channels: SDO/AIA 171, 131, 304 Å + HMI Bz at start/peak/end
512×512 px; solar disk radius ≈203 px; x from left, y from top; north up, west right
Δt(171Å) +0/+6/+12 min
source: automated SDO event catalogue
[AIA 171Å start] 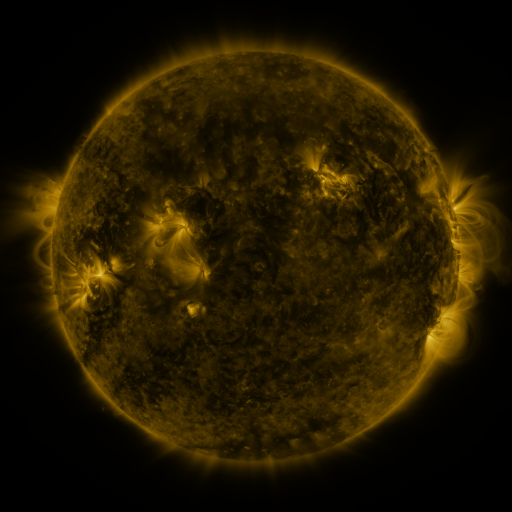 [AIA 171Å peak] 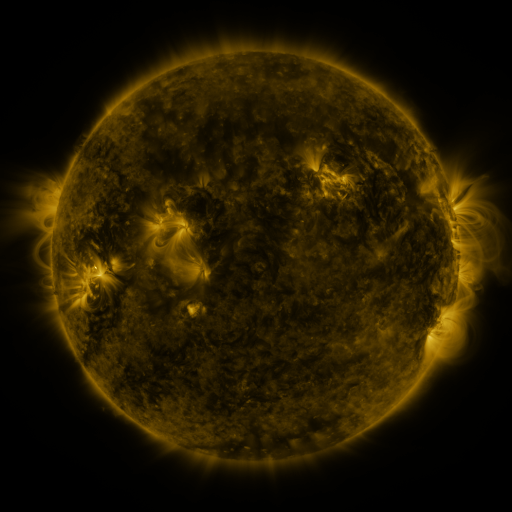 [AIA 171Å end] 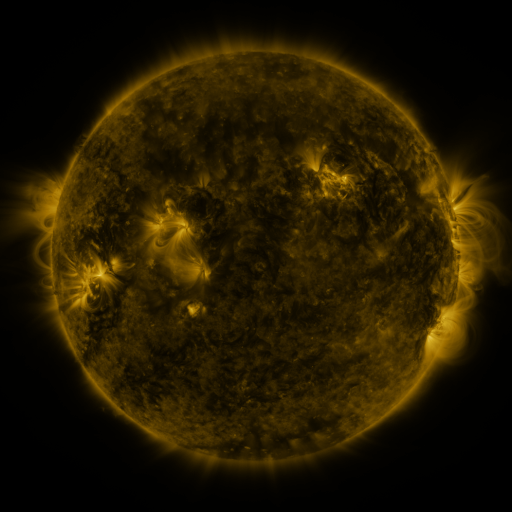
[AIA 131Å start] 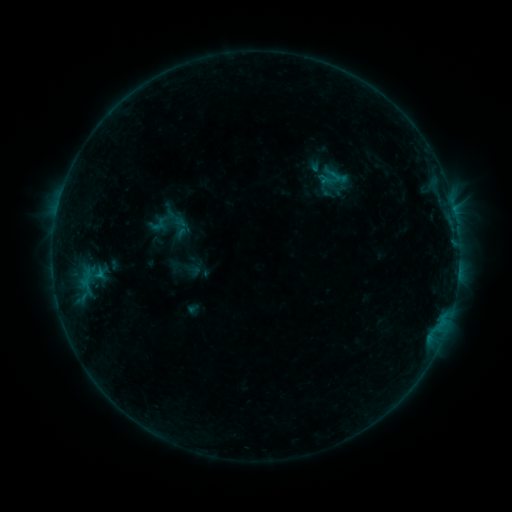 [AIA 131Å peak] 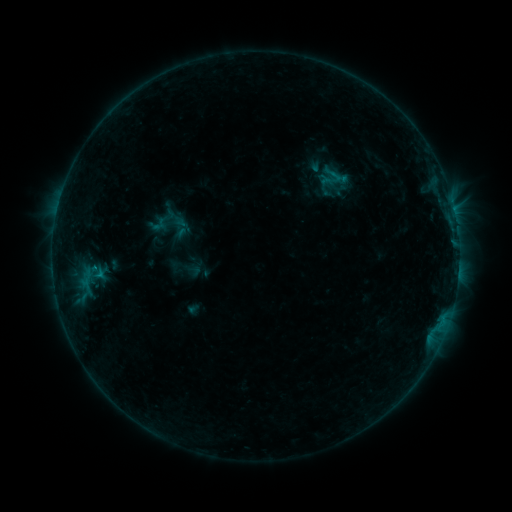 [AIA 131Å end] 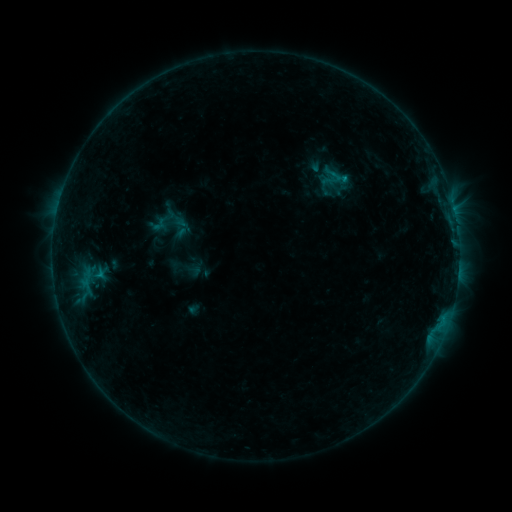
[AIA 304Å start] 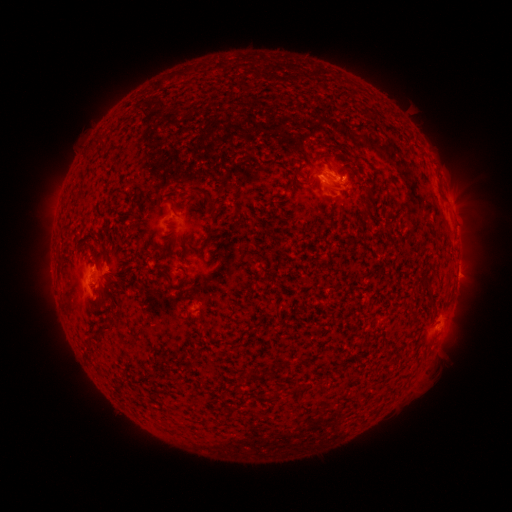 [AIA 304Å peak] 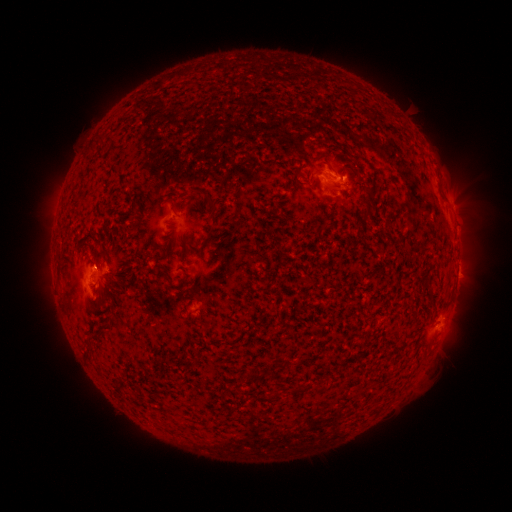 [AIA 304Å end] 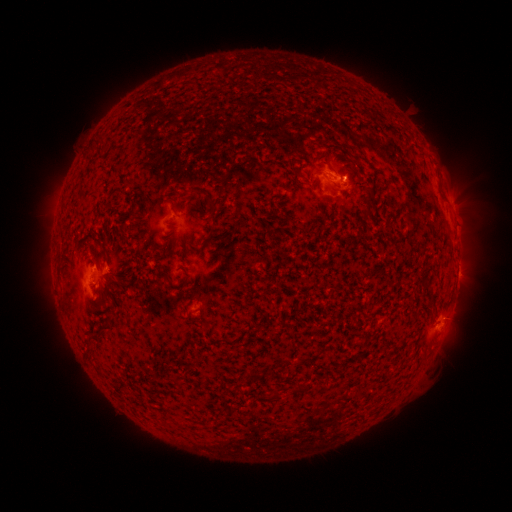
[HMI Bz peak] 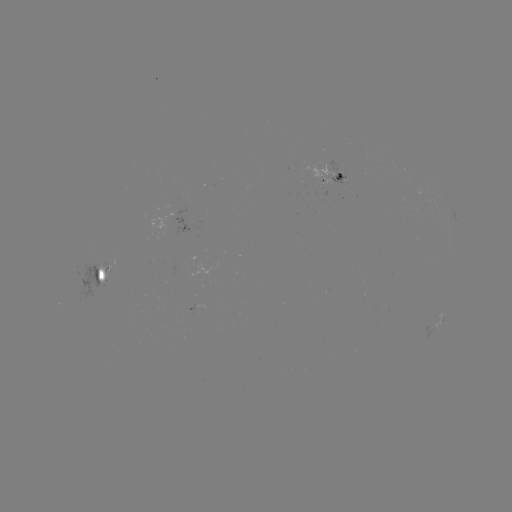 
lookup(B5.1 flare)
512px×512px (343, 182)